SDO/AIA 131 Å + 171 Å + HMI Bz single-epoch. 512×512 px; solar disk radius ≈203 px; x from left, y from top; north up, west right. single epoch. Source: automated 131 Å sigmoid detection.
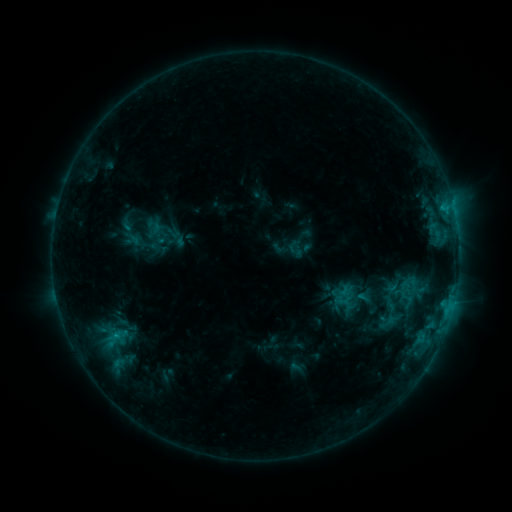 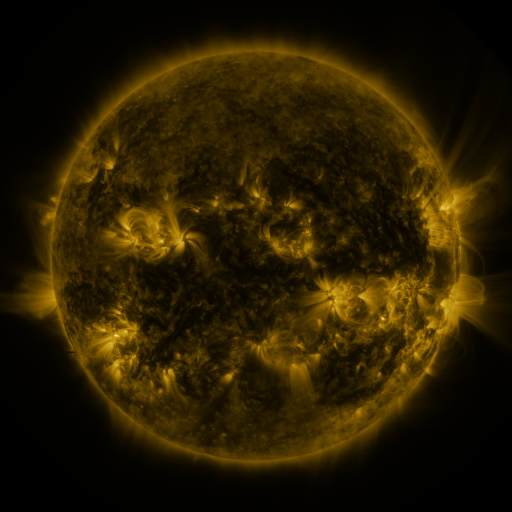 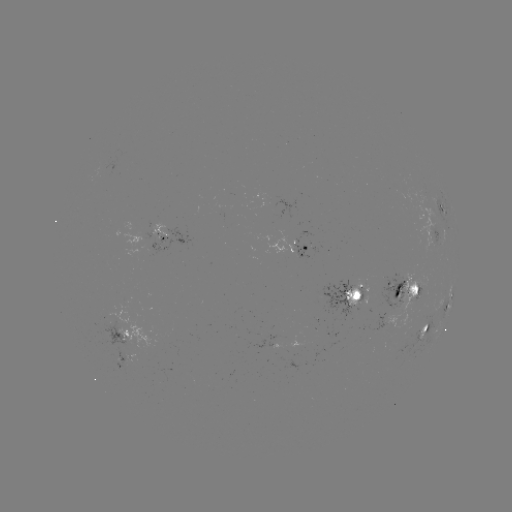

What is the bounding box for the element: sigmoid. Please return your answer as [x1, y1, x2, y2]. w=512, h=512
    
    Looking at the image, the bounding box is [398, 280, 414, 296].